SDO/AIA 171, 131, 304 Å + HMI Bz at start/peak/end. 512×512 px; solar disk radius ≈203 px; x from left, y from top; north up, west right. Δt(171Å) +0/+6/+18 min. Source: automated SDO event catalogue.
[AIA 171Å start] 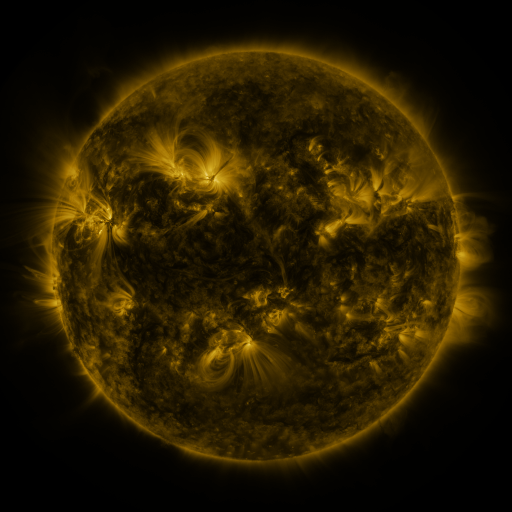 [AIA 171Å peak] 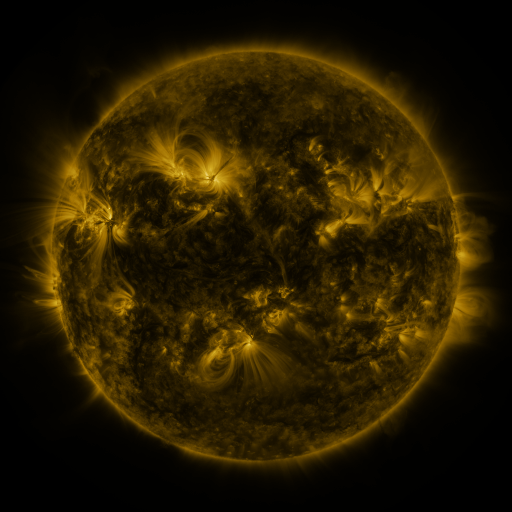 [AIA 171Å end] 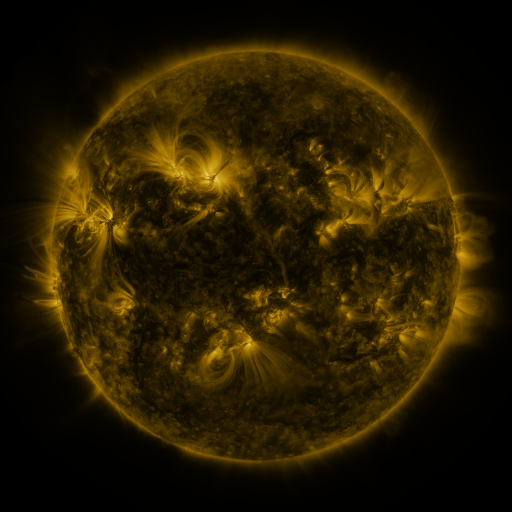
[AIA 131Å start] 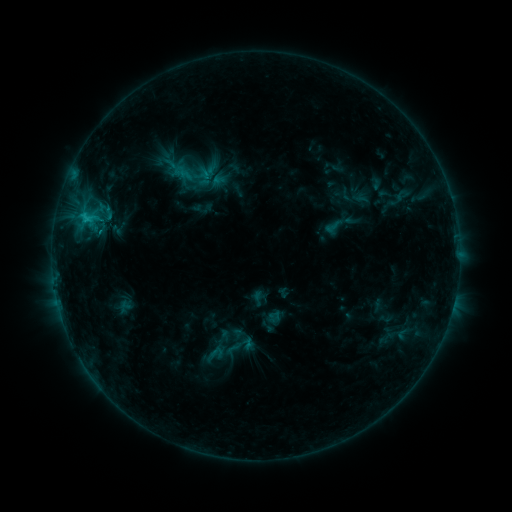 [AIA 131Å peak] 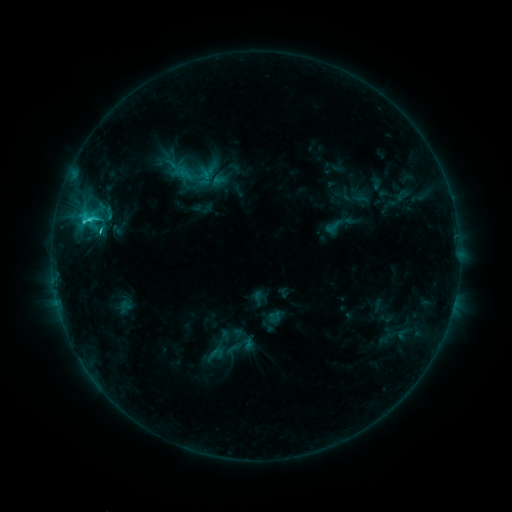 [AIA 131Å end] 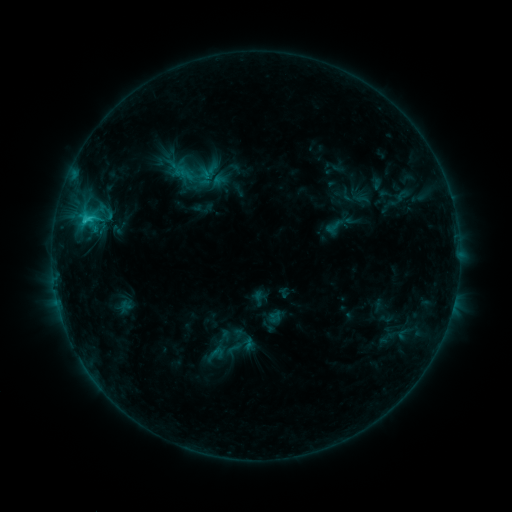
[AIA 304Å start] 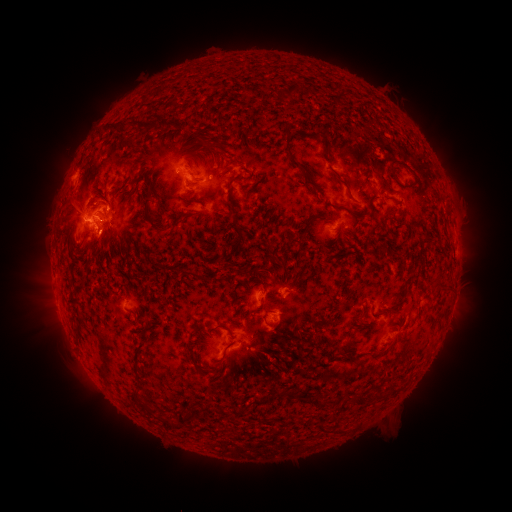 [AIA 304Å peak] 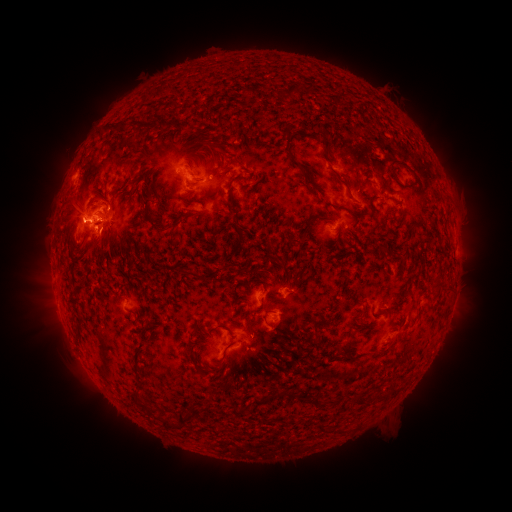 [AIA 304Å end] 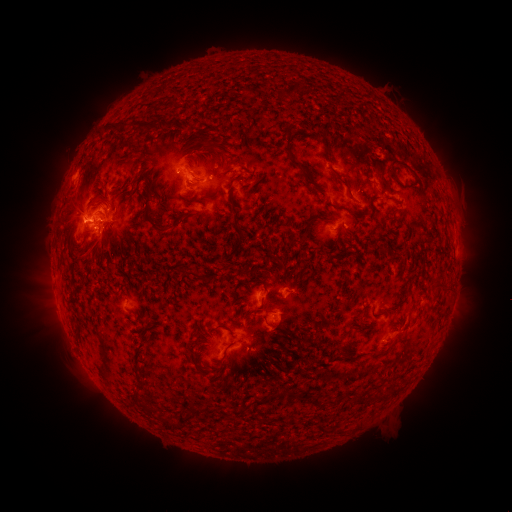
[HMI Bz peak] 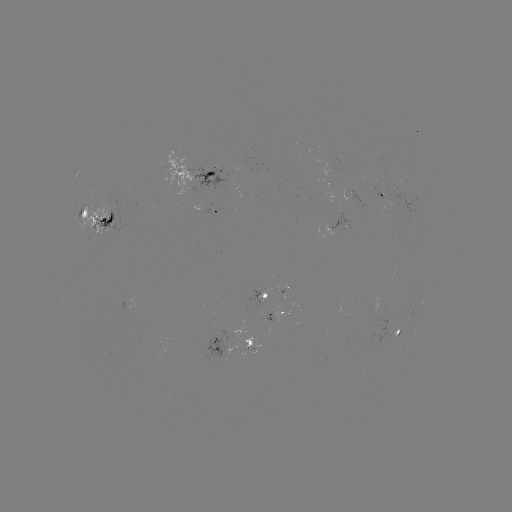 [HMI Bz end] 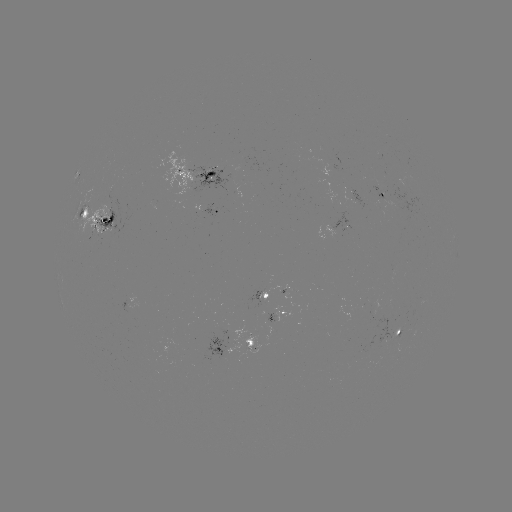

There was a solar flare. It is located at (102, 232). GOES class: C3.0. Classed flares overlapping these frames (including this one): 1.